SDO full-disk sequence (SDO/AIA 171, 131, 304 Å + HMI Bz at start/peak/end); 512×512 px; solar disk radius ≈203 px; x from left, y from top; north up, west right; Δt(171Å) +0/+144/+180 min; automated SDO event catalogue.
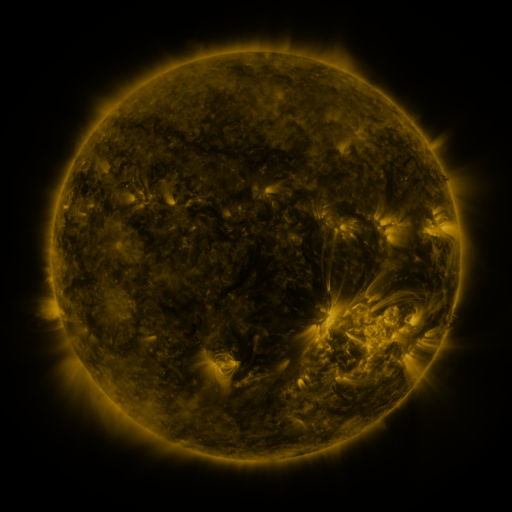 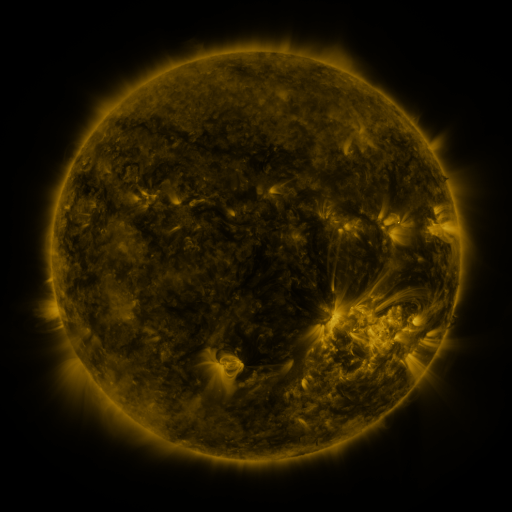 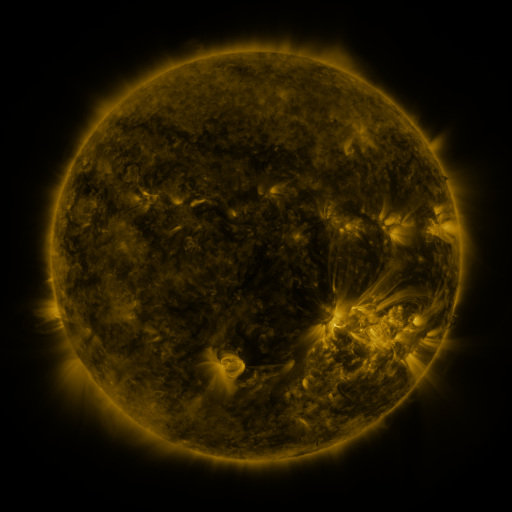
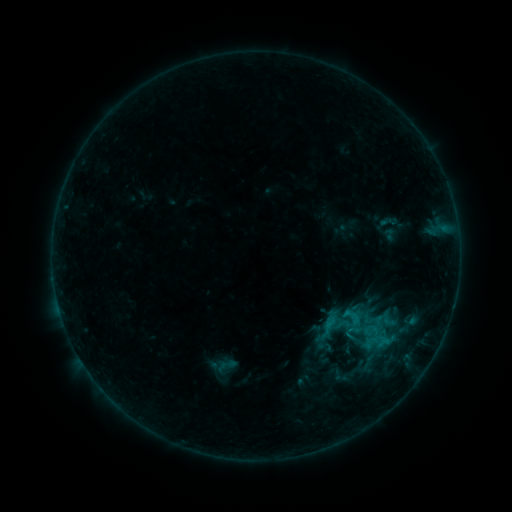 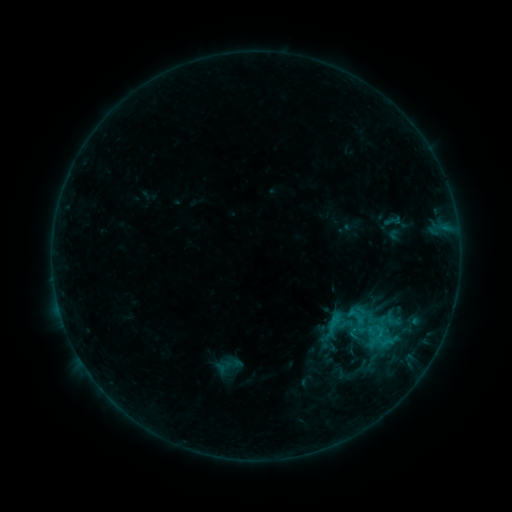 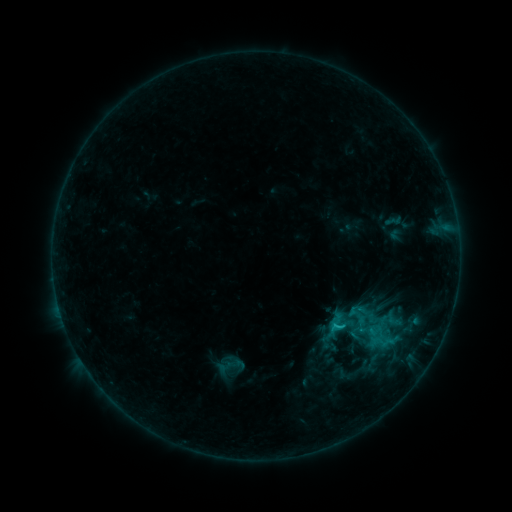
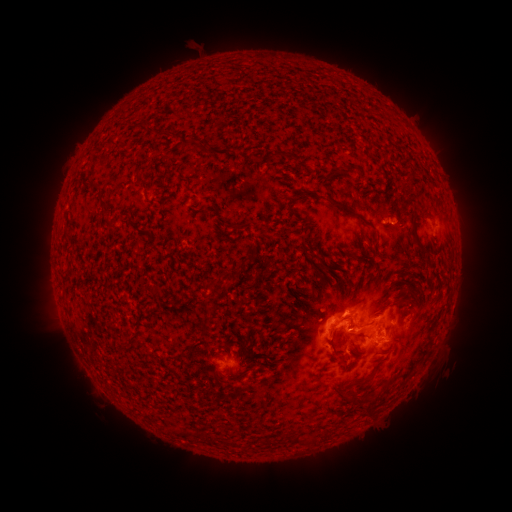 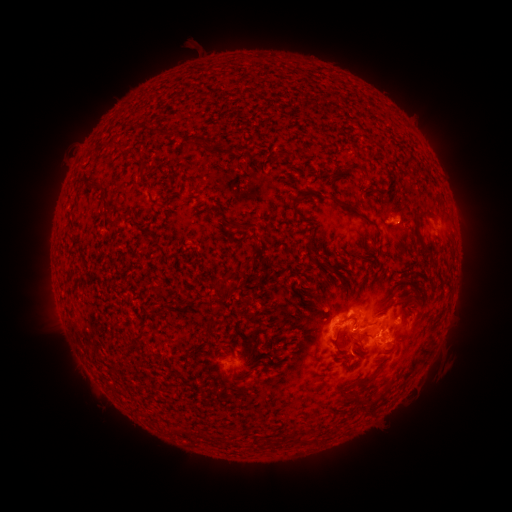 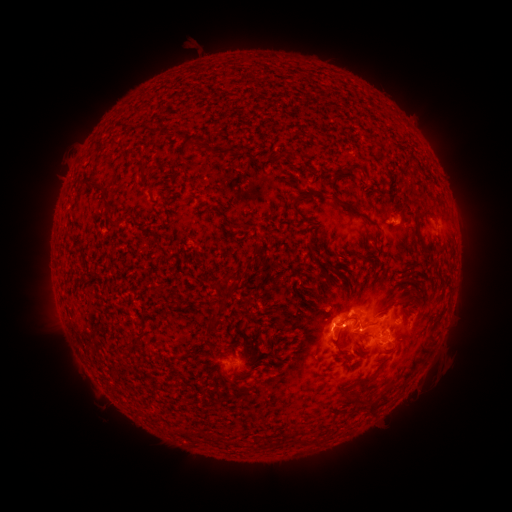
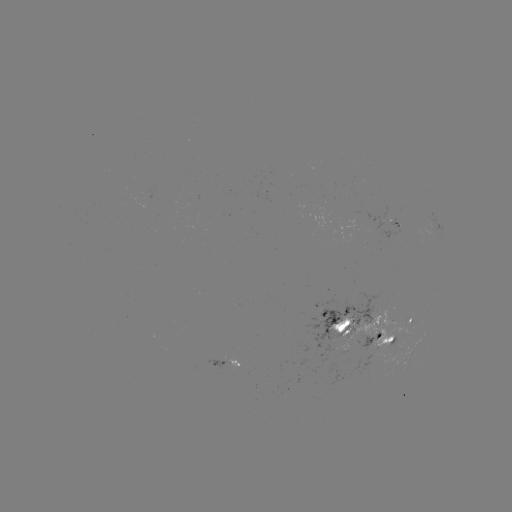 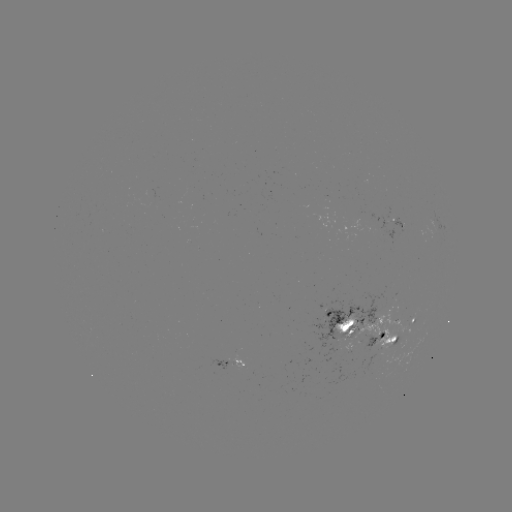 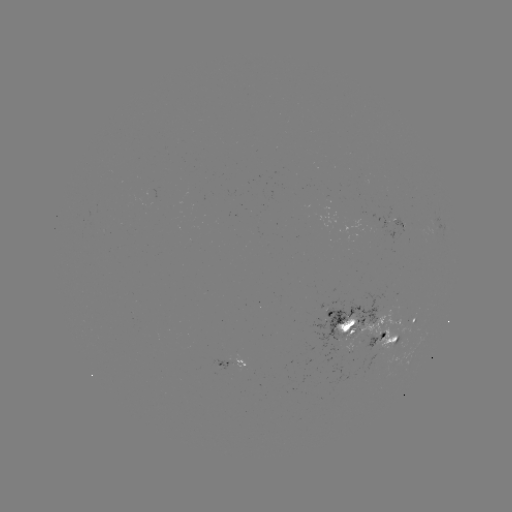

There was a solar emerging-flux region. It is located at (381, 224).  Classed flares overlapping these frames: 2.